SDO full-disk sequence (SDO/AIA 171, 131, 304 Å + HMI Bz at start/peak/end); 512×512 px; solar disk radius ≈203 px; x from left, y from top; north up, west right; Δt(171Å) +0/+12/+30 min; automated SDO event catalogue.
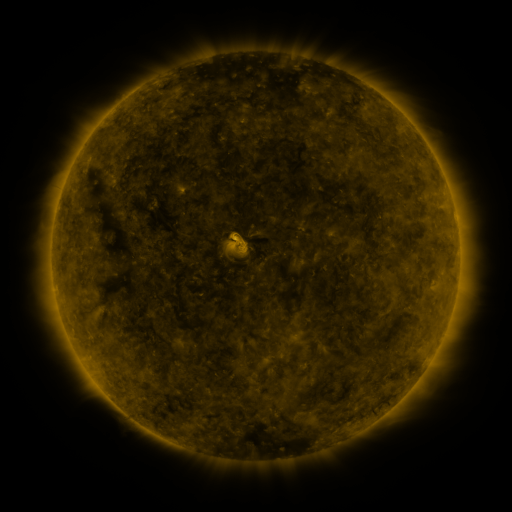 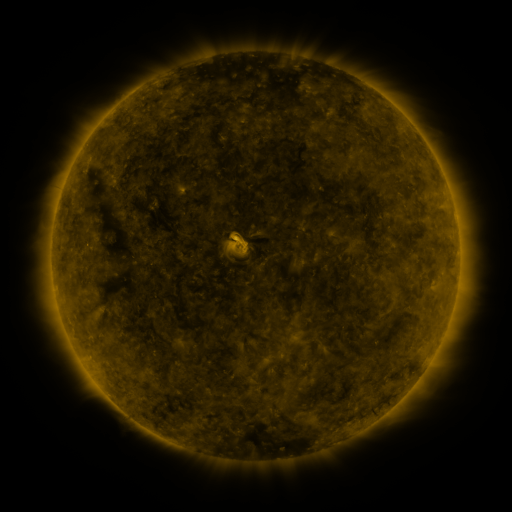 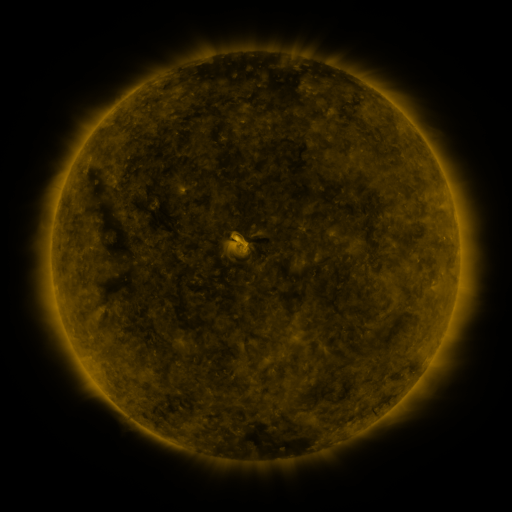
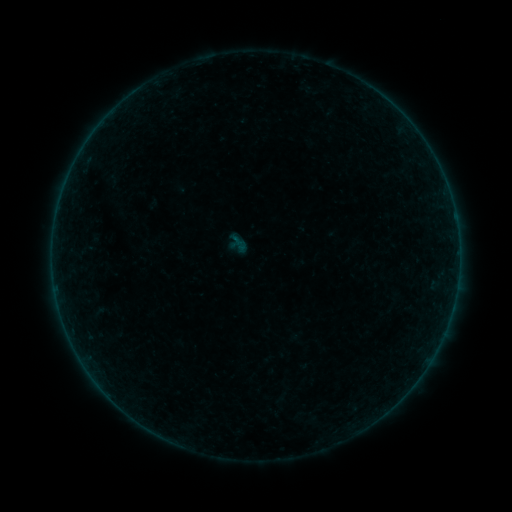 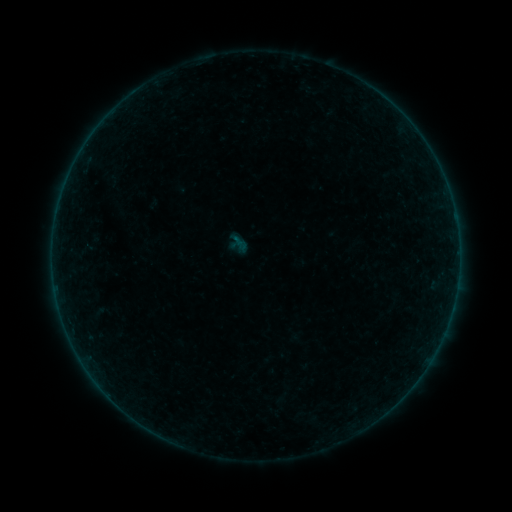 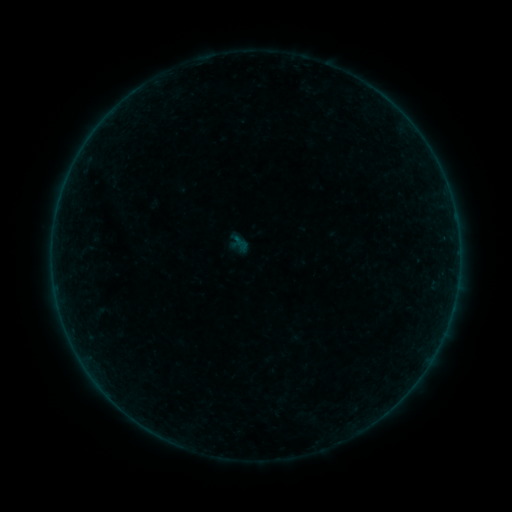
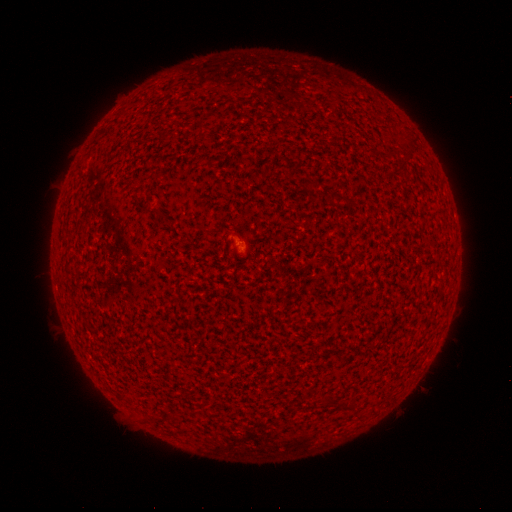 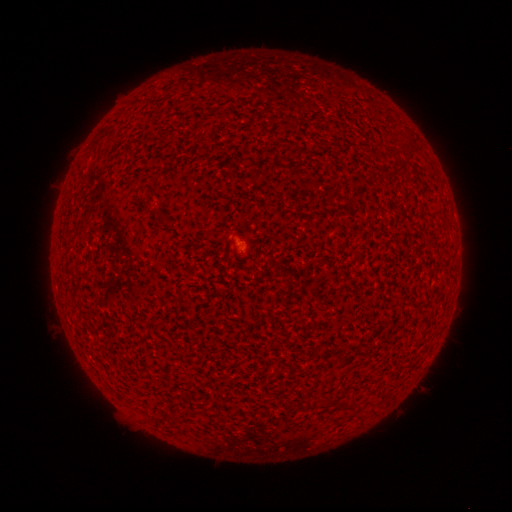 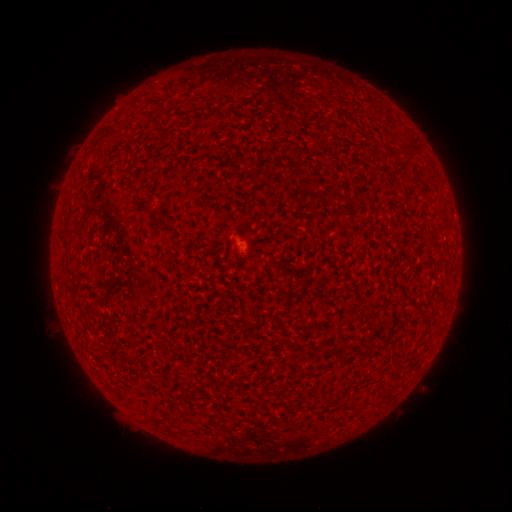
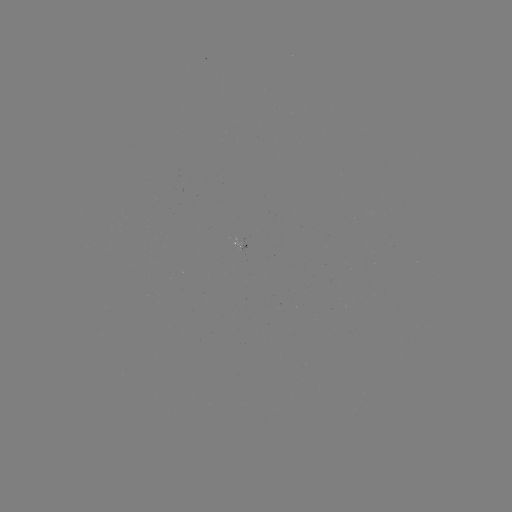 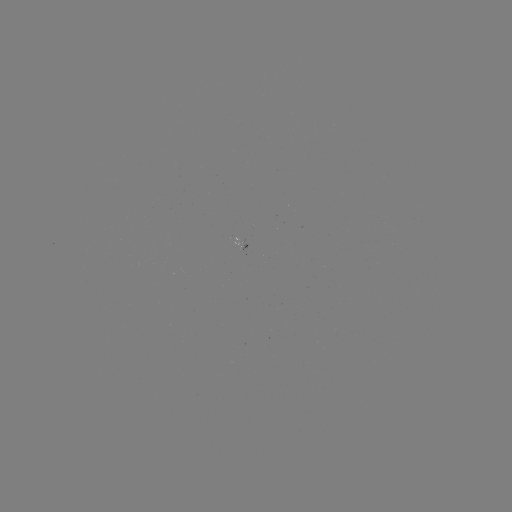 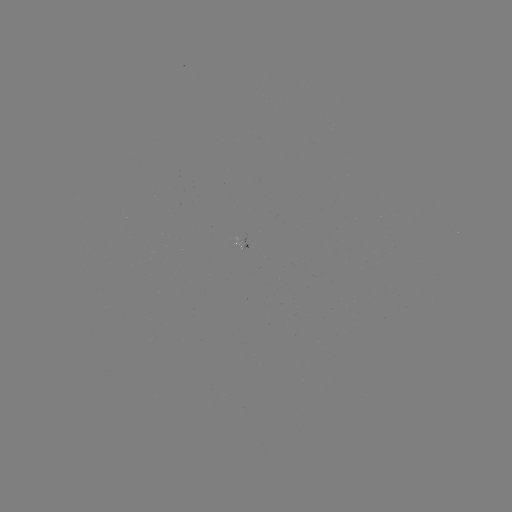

no classed flare was catalogued and no EUV brightening was flagged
